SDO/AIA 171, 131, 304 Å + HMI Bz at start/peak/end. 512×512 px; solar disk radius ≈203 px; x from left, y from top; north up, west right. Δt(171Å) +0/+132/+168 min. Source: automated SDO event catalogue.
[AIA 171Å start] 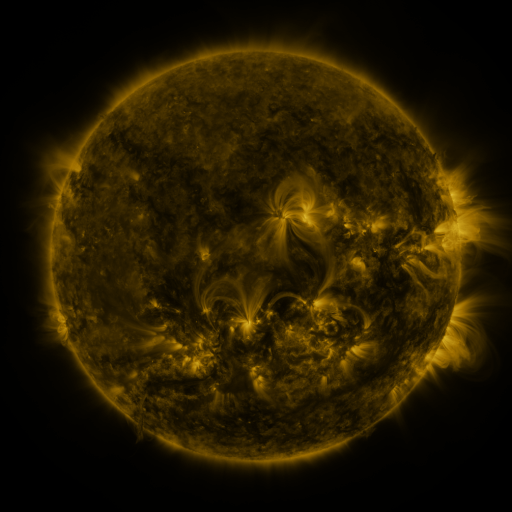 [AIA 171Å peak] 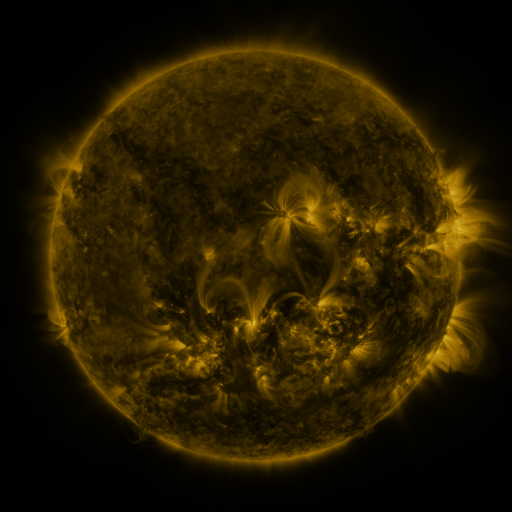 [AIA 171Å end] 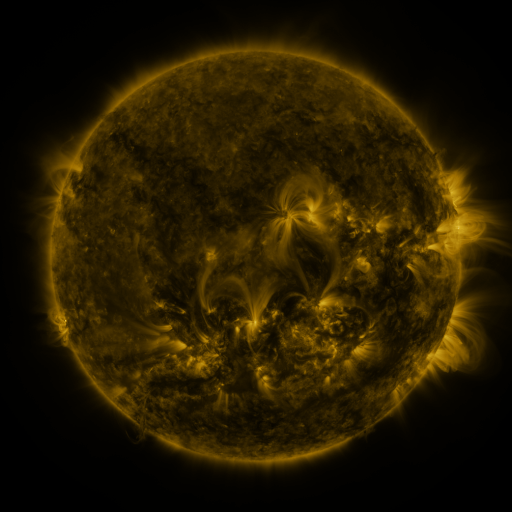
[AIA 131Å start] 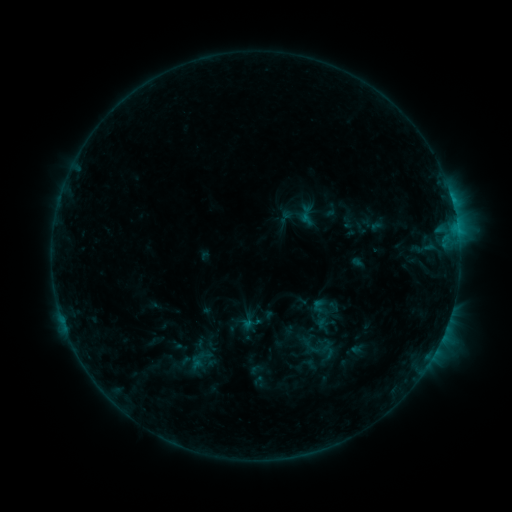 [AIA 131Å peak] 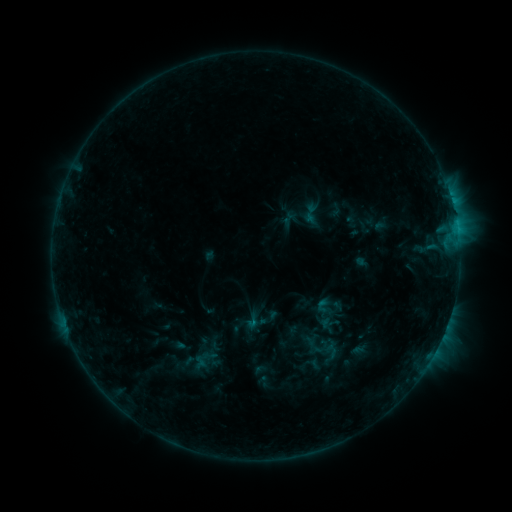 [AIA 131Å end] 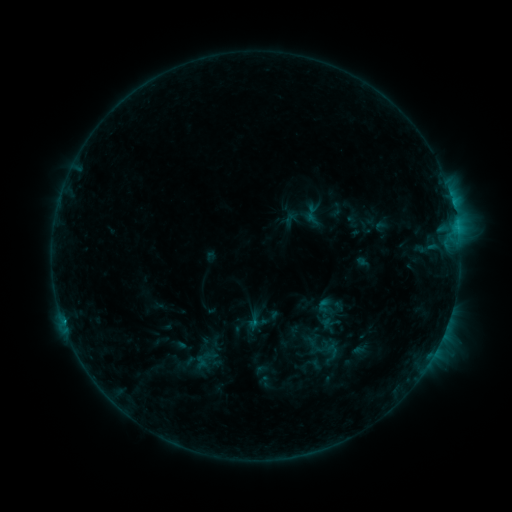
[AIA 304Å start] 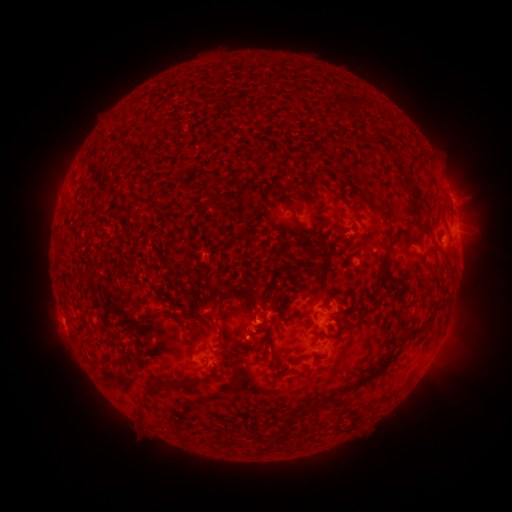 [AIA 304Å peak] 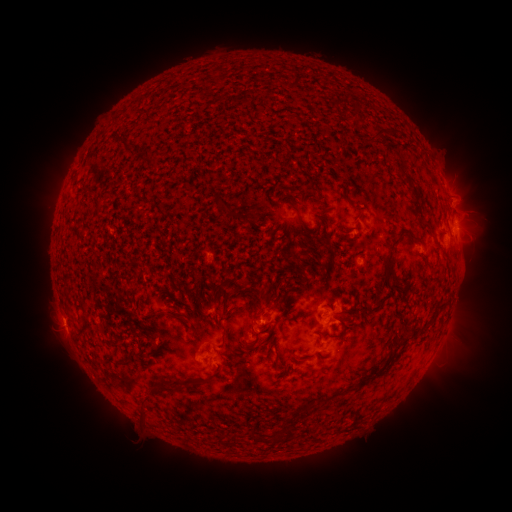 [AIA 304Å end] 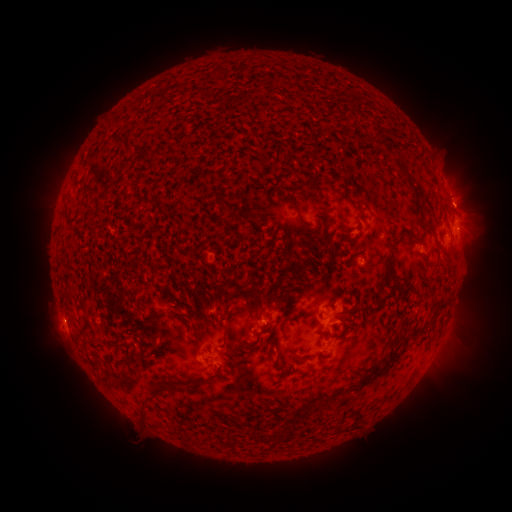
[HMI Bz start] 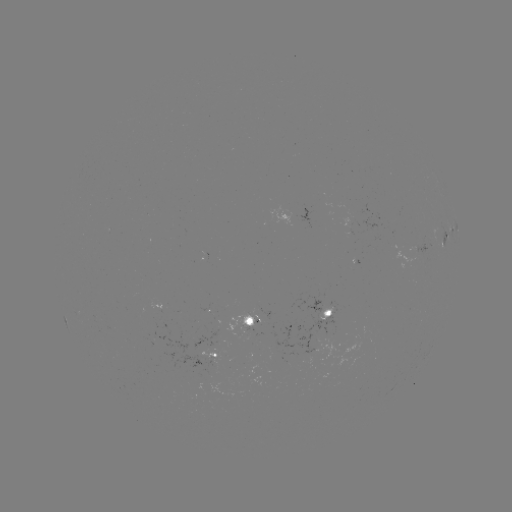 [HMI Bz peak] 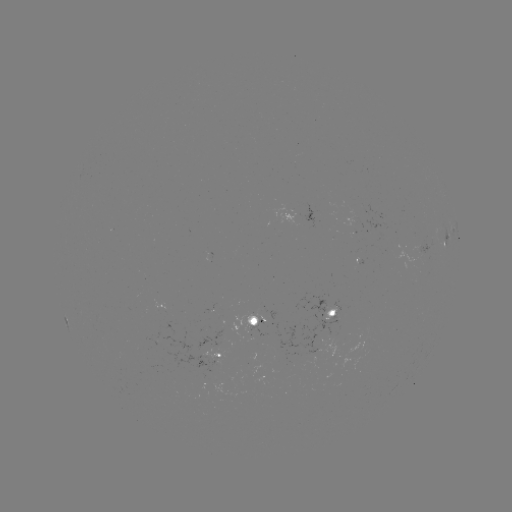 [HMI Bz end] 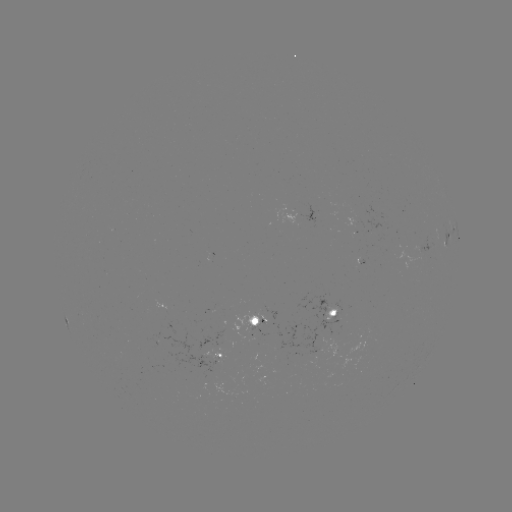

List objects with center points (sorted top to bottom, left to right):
emerging-flux region: (253, 325)
